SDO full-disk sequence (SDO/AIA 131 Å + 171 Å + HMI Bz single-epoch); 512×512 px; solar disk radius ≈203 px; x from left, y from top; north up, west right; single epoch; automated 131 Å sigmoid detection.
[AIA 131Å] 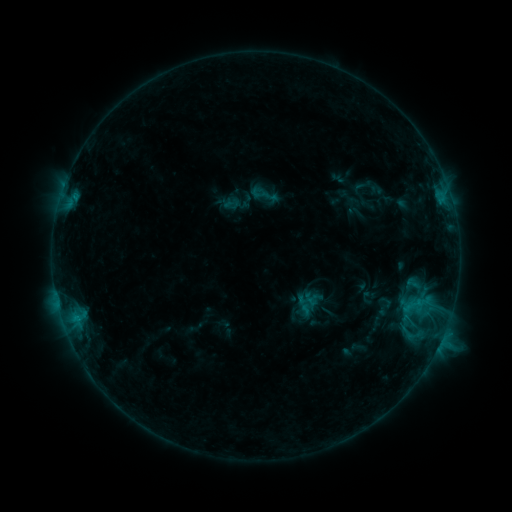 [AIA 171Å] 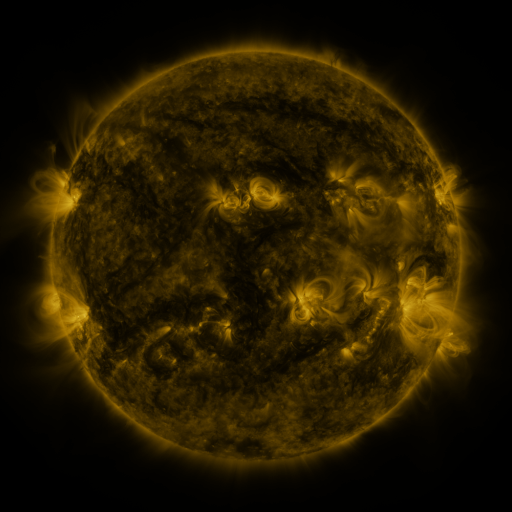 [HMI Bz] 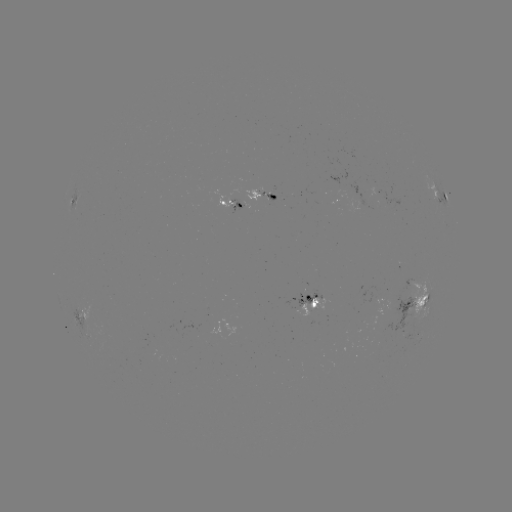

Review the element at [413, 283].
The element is sigmoid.